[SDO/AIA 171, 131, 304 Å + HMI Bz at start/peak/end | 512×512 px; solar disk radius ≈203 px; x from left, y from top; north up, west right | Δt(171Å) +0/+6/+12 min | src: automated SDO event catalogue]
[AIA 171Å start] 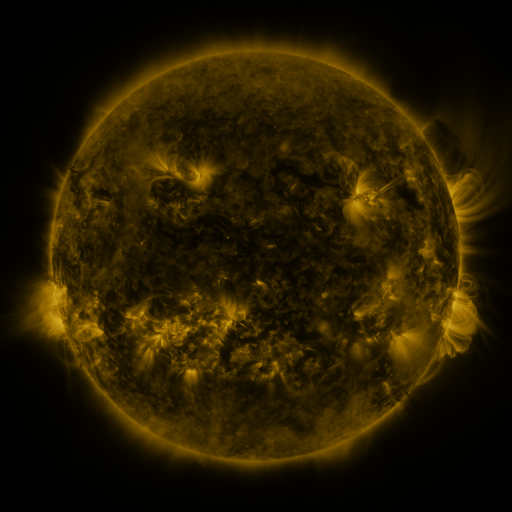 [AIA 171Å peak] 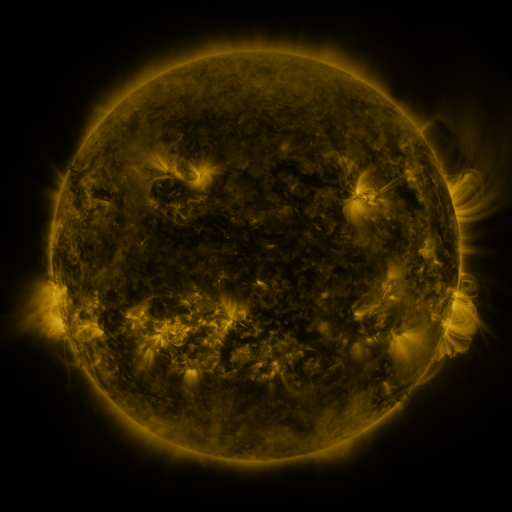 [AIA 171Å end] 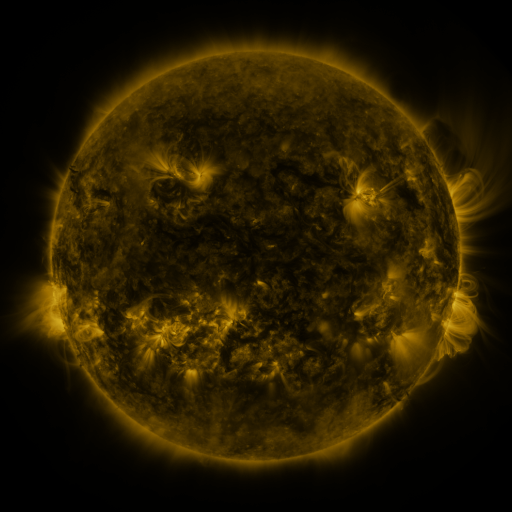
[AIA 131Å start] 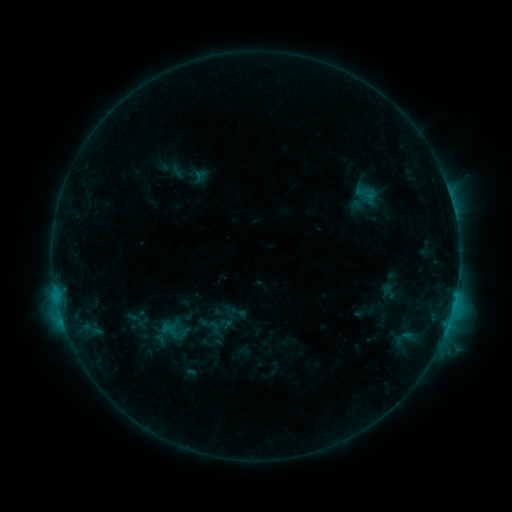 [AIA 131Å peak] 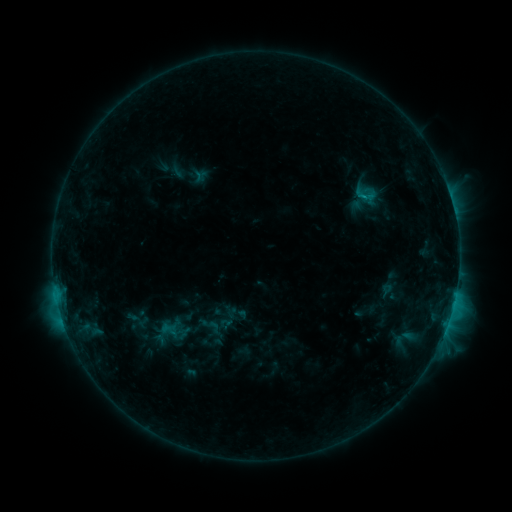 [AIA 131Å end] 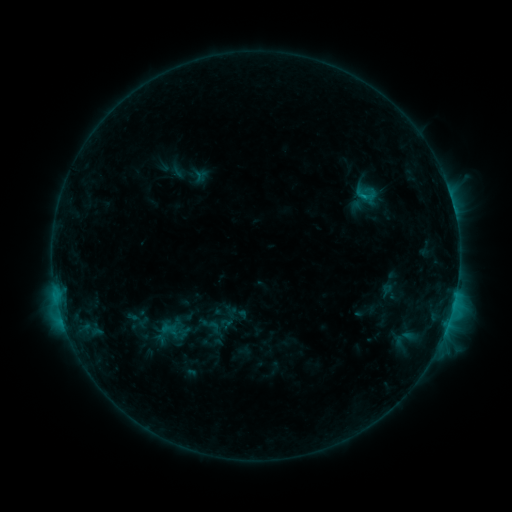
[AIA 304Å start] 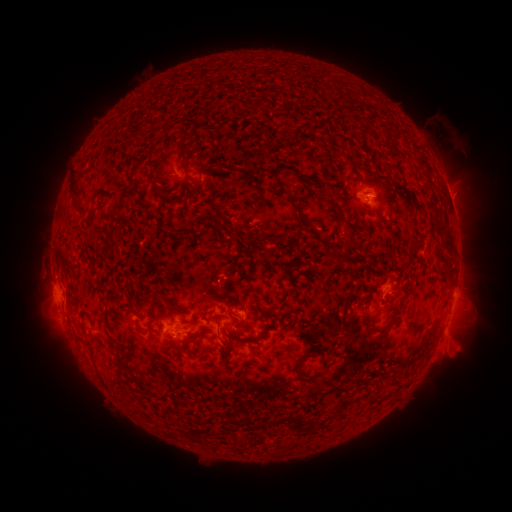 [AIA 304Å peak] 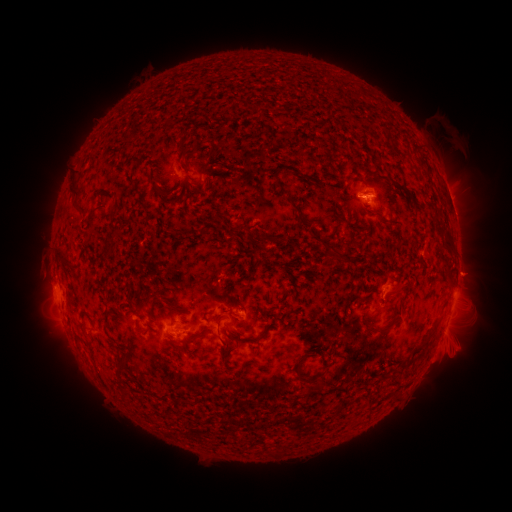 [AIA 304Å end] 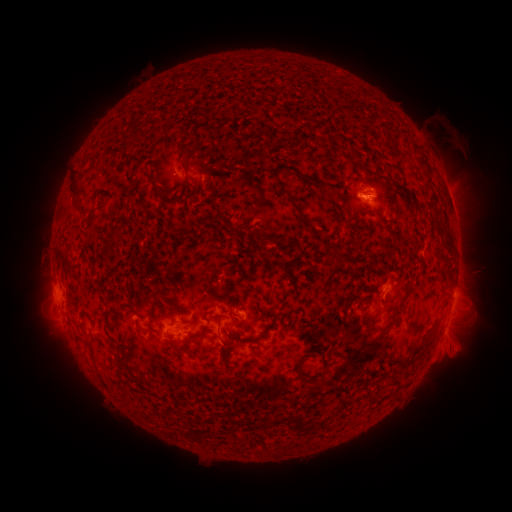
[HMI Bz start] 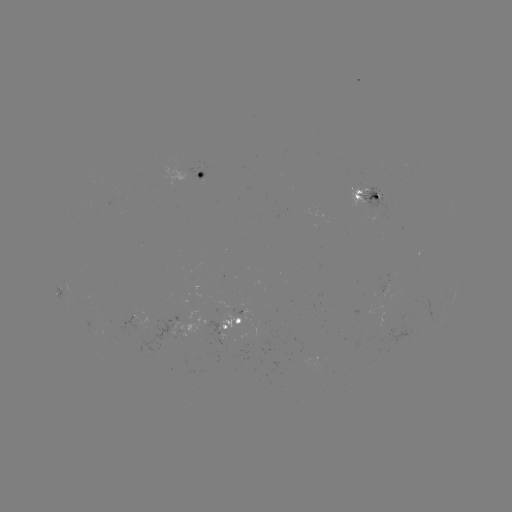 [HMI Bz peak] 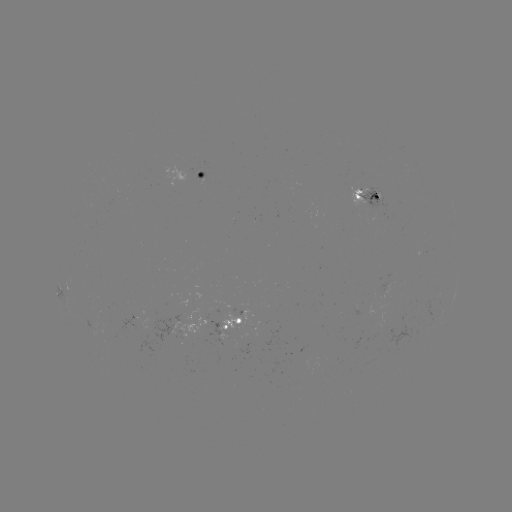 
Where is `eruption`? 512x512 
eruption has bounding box [443, 248, 495, 297].